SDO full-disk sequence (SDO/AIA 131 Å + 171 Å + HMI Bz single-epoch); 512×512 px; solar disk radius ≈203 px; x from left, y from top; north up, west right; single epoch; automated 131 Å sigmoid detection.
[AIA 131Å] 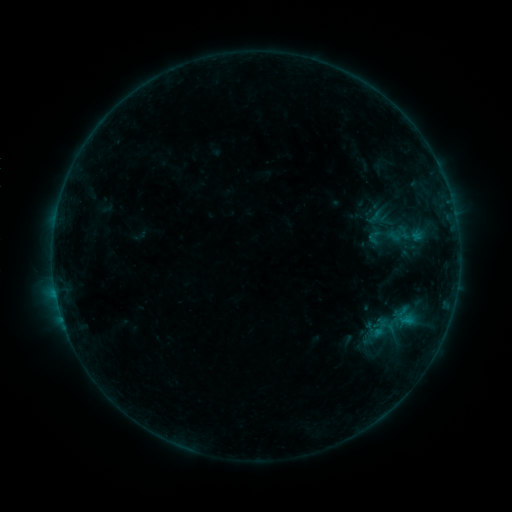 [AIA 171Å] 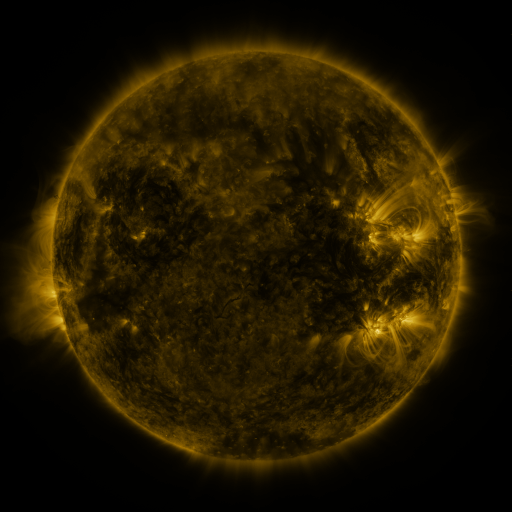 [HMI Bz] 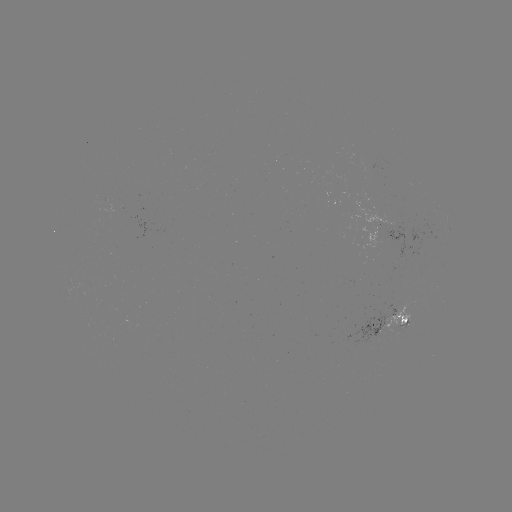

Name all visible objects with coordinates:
sigmoid: <bbox>363, 207, 386, 227</bbox>
sigmoid: <bbox>365, 228, 384, 247</bbox>
